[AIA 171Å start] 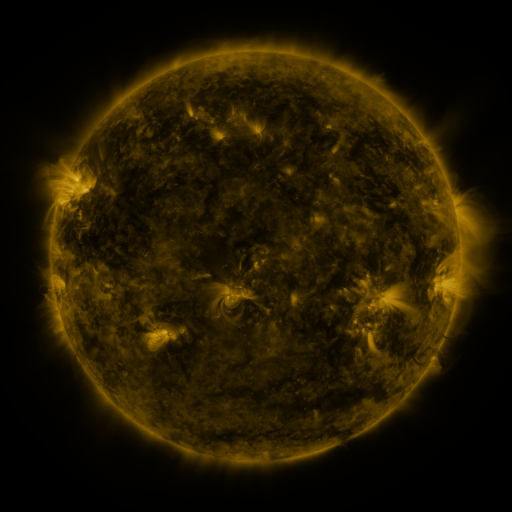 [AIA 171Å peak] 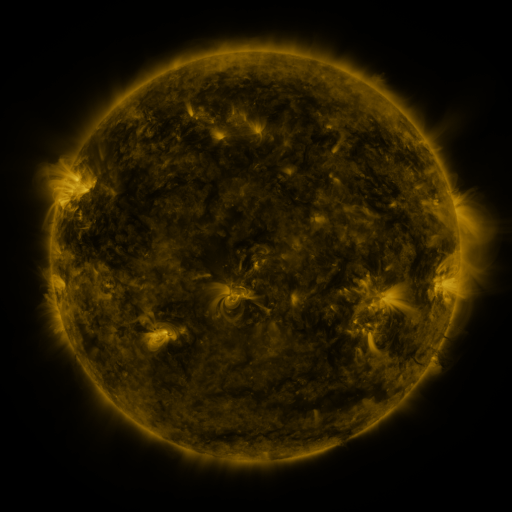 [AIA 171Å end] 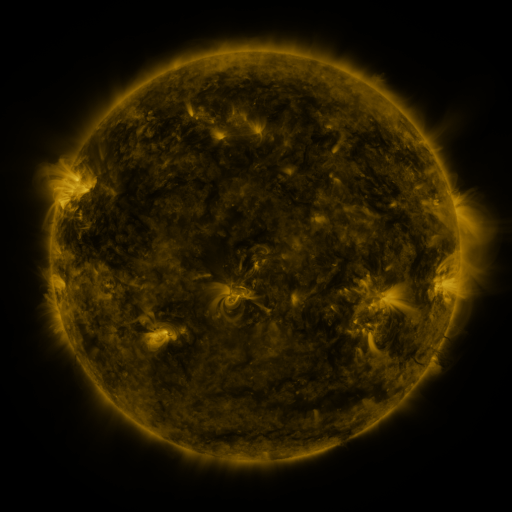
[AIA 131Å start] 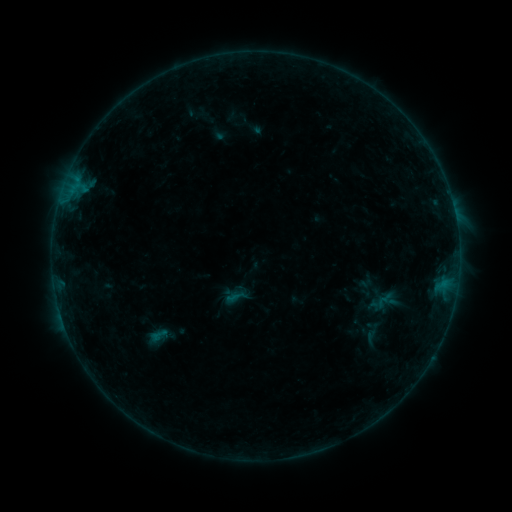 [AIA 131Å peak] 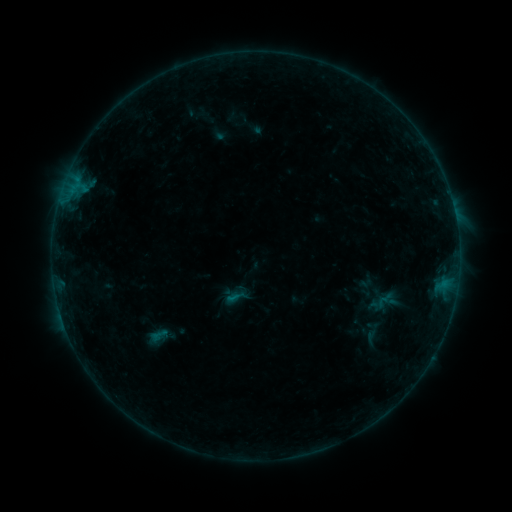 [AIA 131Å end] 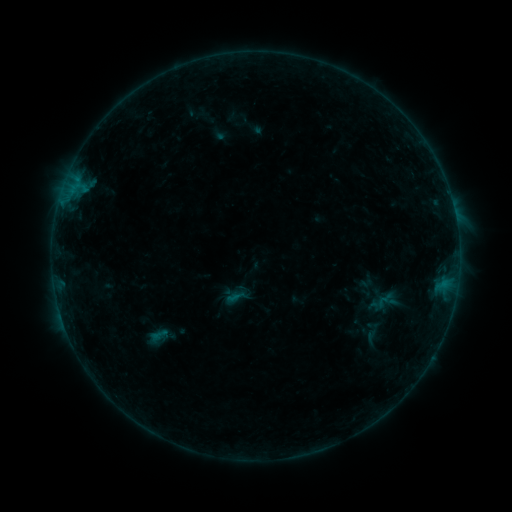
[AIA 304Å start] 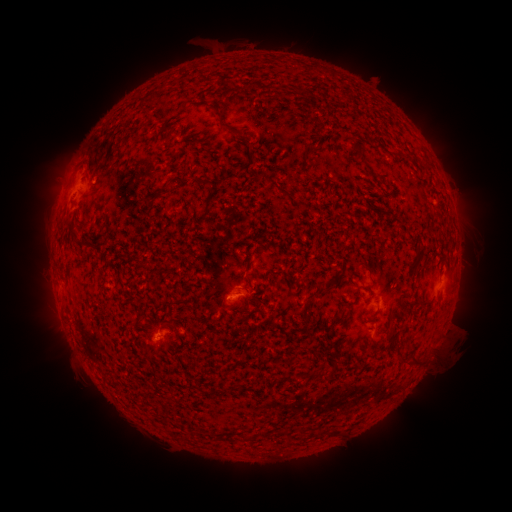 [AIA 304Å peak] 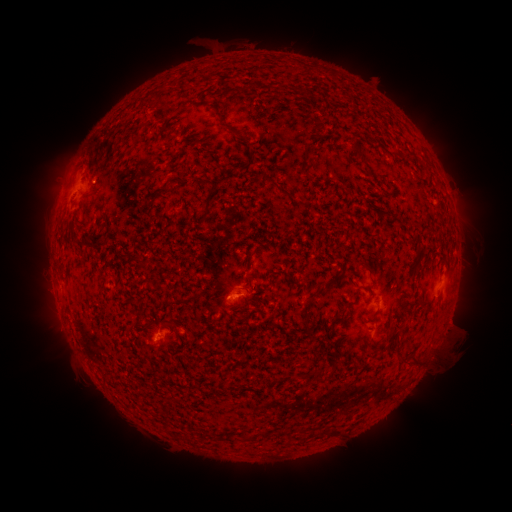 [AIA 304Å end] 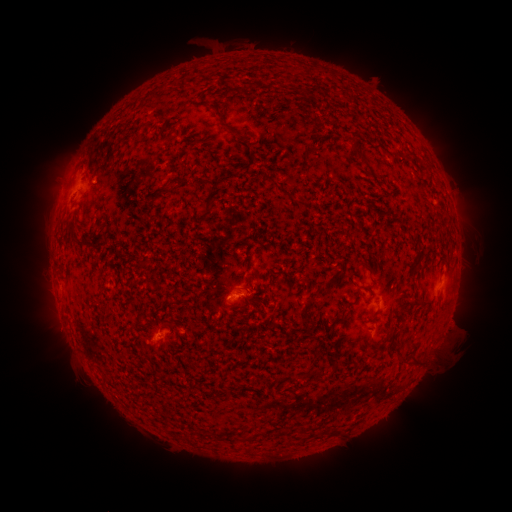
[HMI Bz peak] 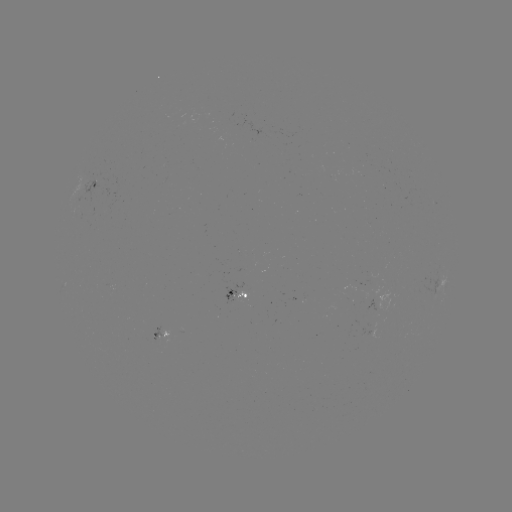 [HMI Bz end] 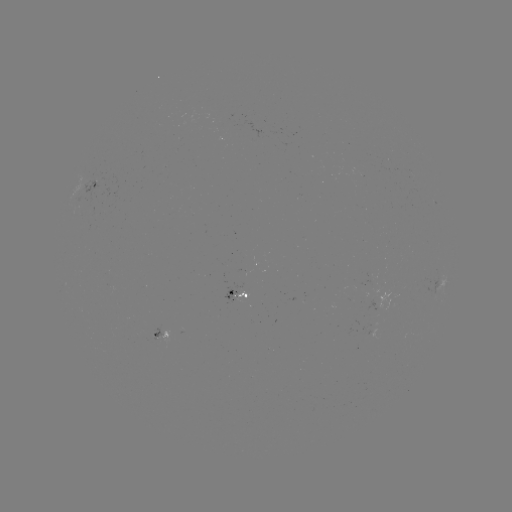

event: flare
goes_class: B2.7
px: (232, 297)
